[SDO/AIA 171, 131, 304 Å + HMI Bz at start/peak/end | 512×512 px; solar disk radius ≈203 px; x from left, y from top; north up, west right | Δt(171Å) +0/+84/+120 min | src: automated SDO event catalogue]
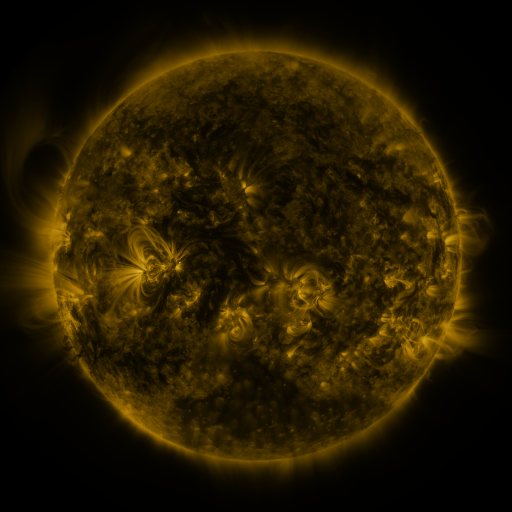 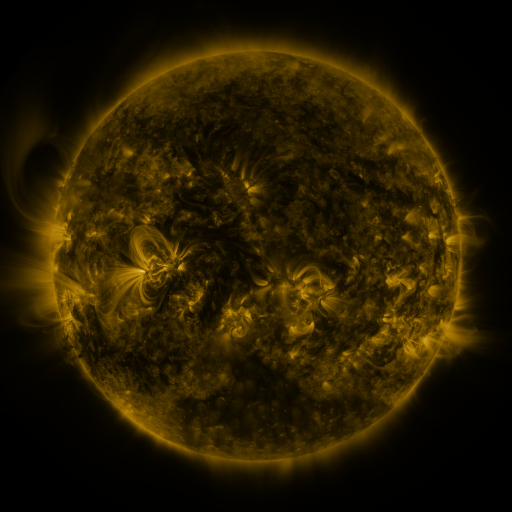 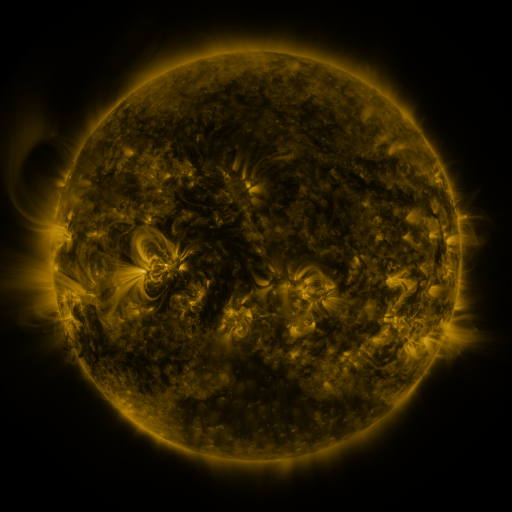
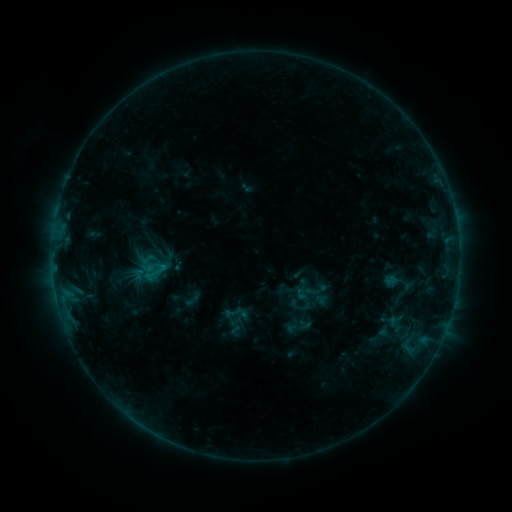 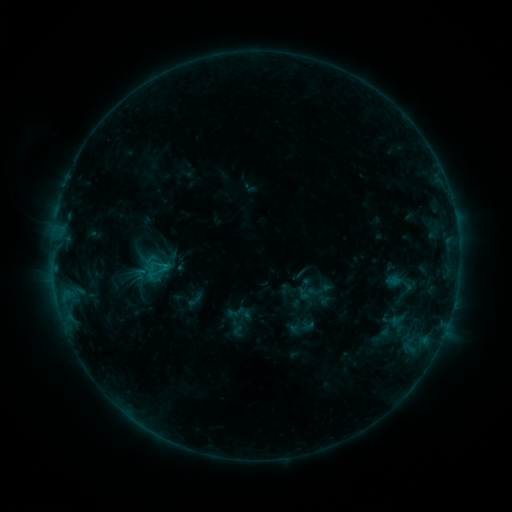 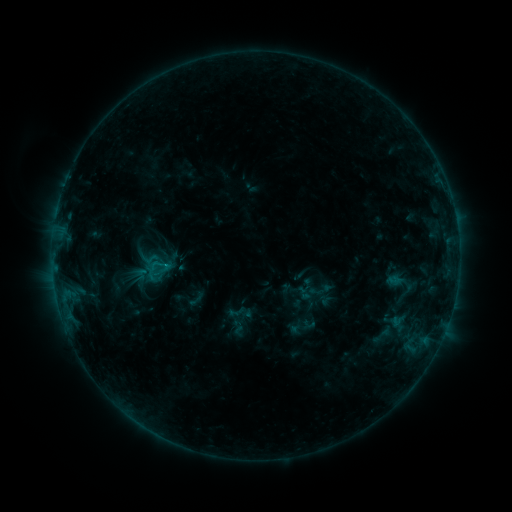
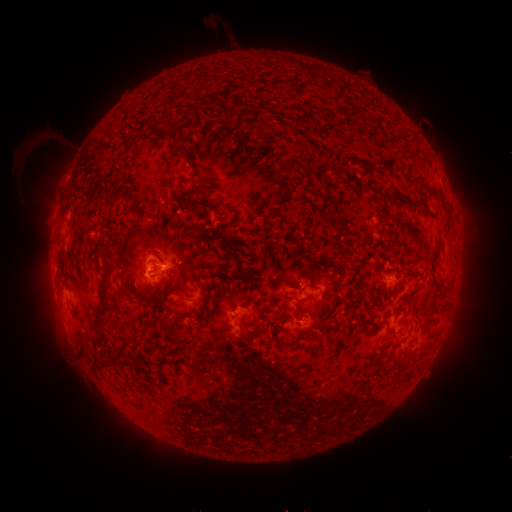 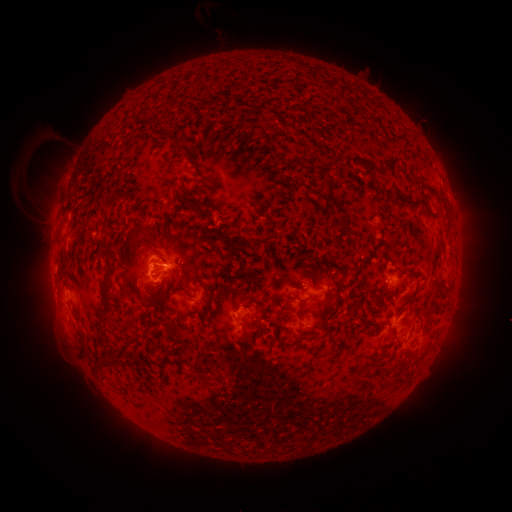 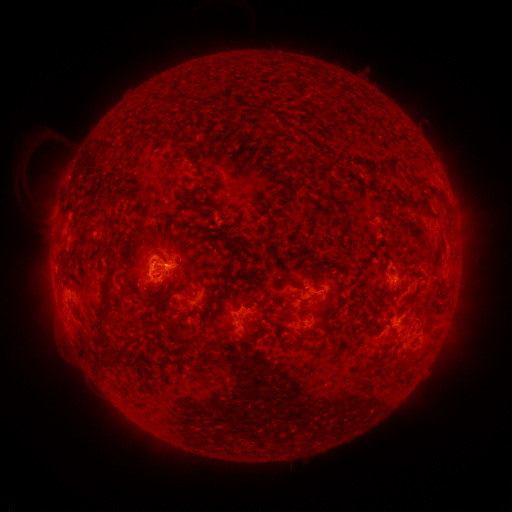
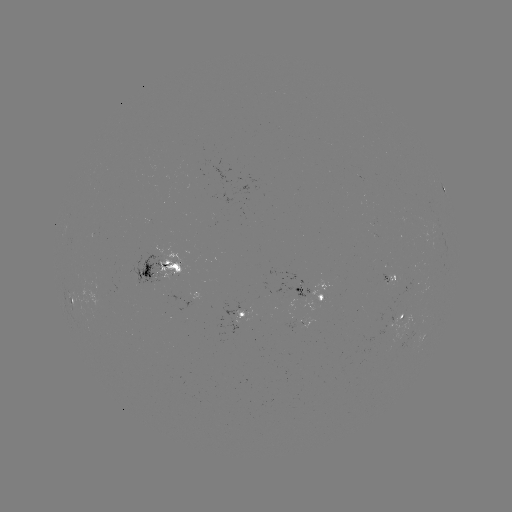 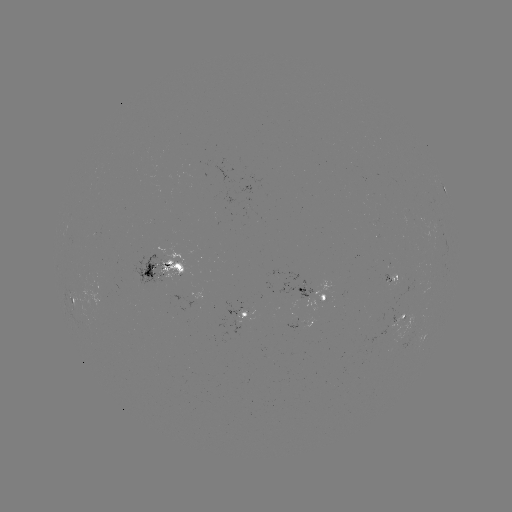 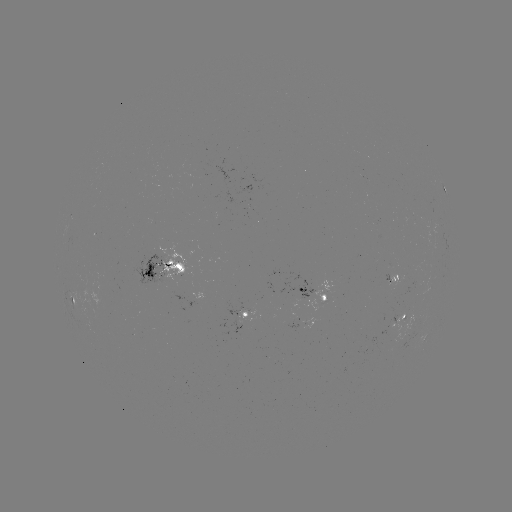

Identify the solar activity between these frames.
emerging-flux region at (415, 286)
